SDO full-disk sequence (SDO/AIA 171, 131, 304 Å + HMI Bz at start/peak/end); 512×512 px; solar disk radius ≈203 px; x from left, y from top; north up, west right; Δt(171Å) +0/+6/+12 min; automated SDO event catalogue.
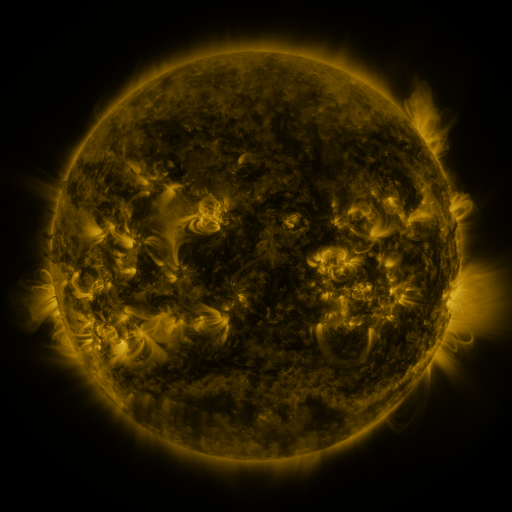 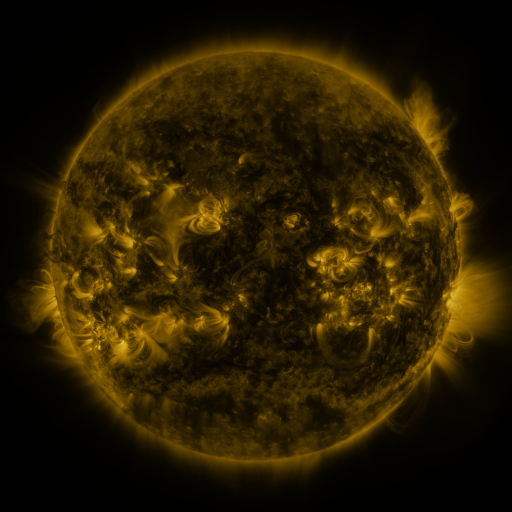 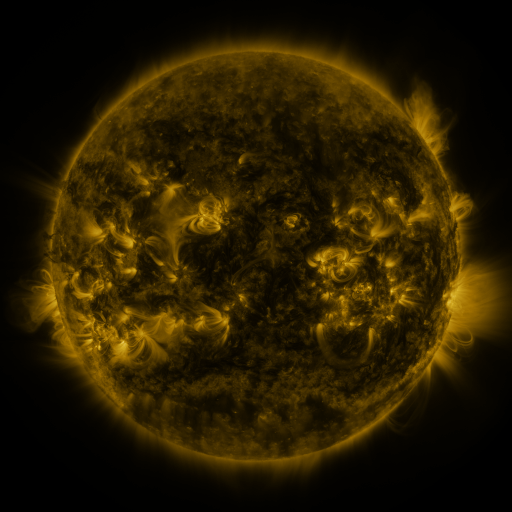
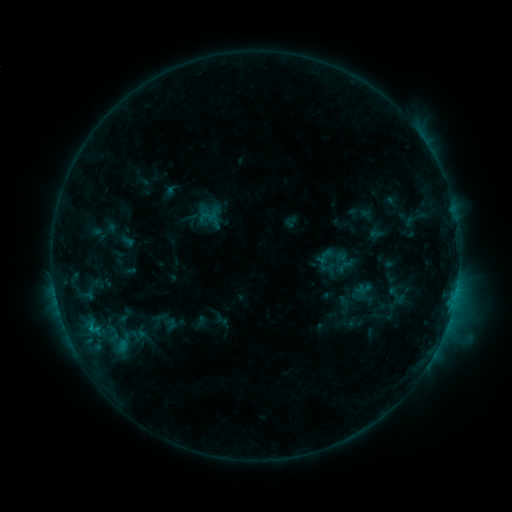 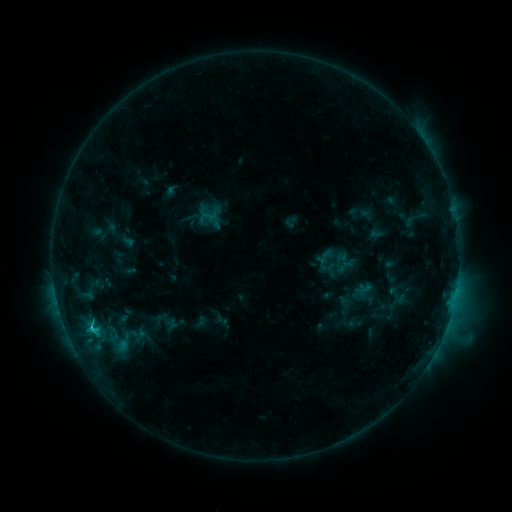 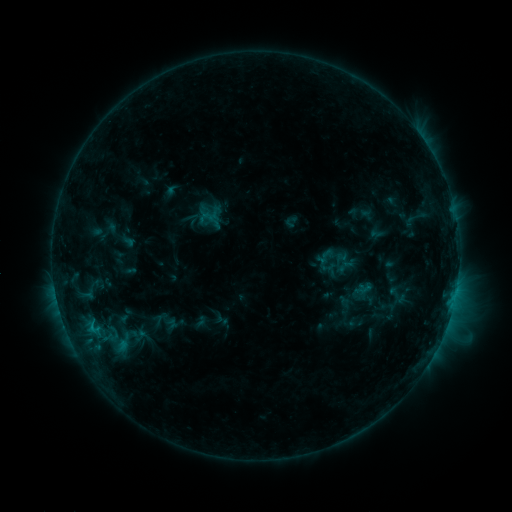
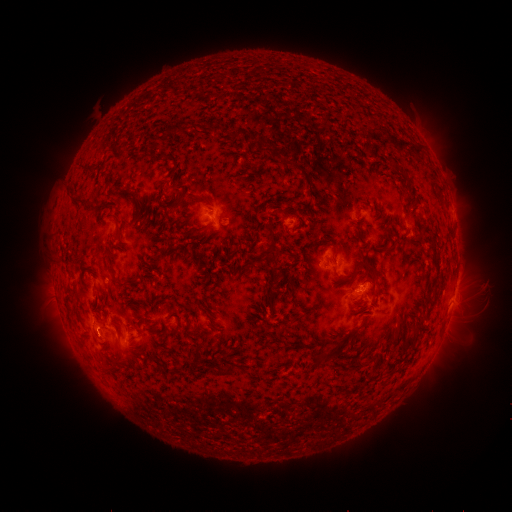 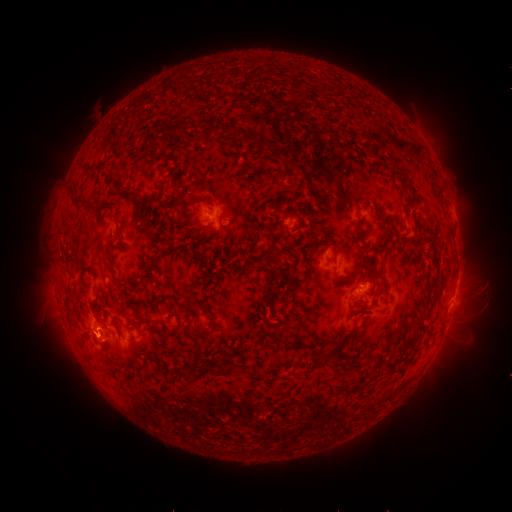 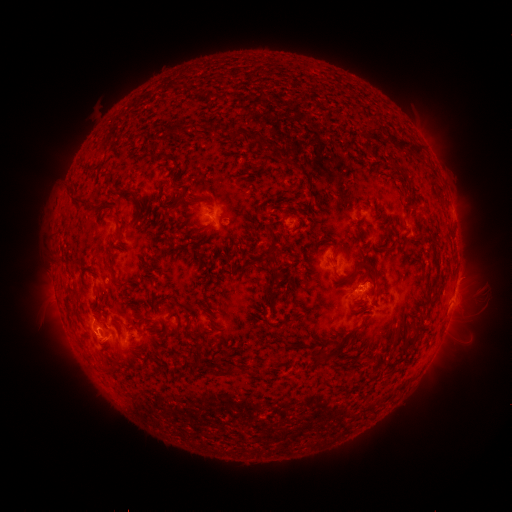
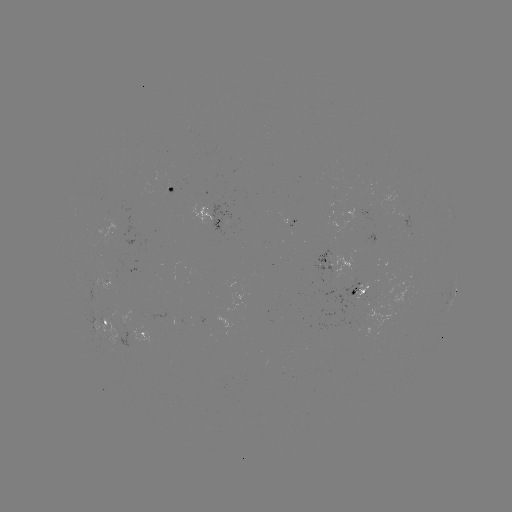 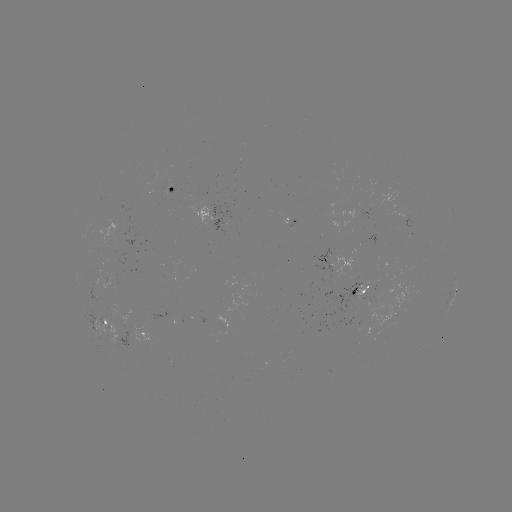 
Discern C1.7 flare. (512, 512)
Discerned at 92,328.